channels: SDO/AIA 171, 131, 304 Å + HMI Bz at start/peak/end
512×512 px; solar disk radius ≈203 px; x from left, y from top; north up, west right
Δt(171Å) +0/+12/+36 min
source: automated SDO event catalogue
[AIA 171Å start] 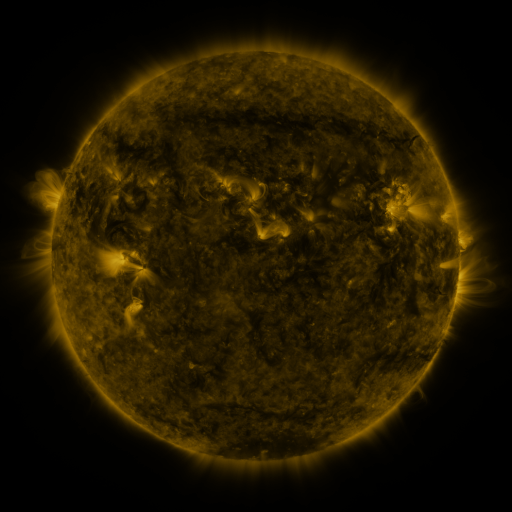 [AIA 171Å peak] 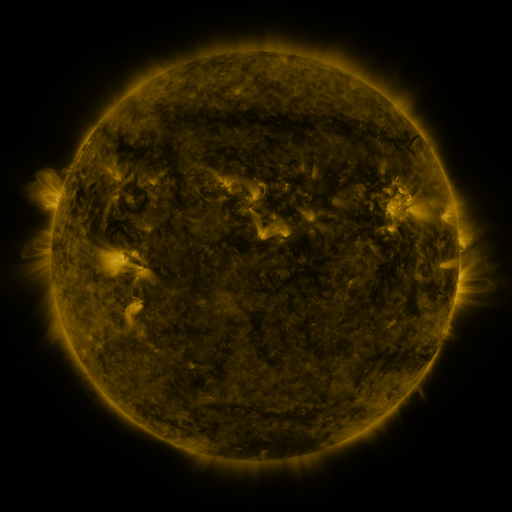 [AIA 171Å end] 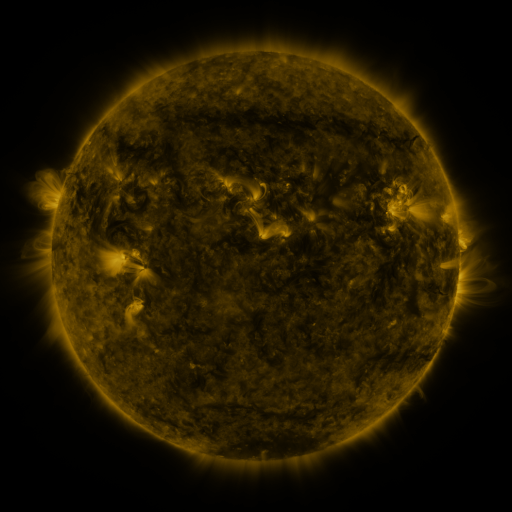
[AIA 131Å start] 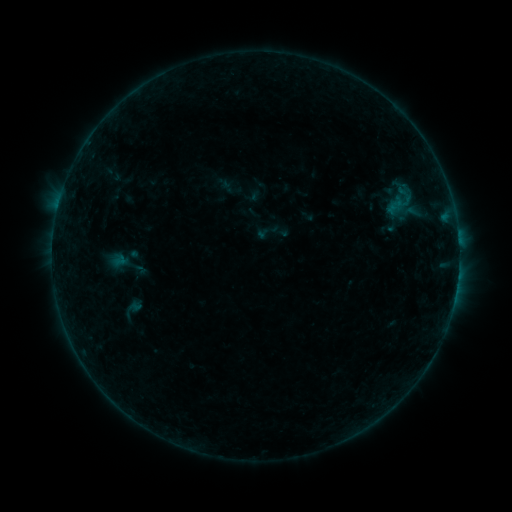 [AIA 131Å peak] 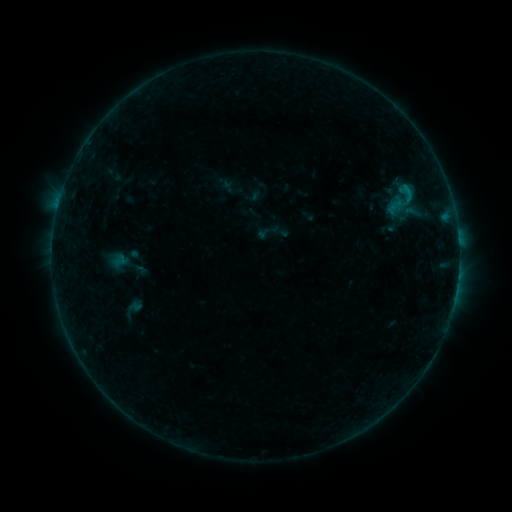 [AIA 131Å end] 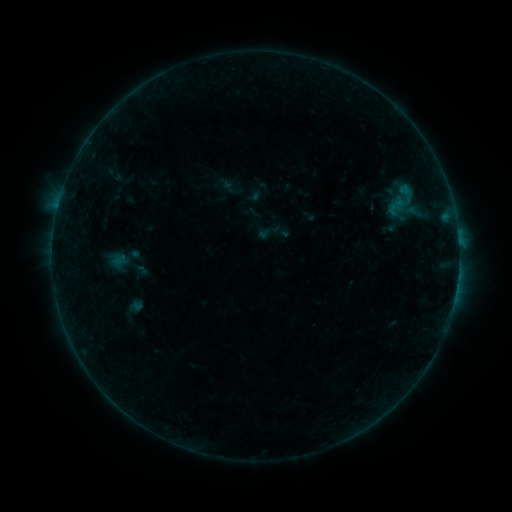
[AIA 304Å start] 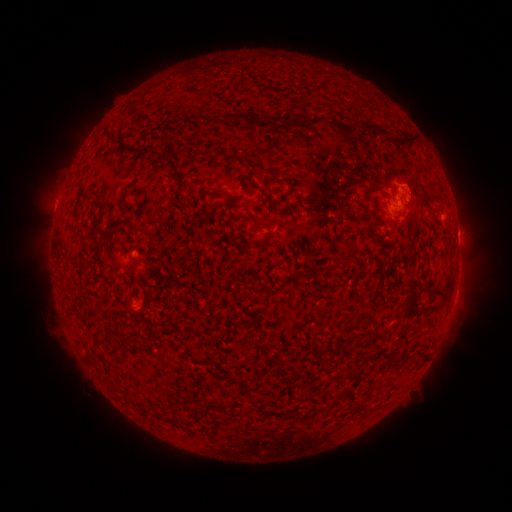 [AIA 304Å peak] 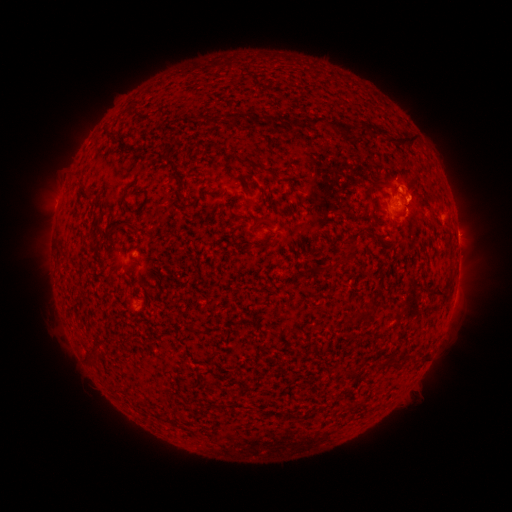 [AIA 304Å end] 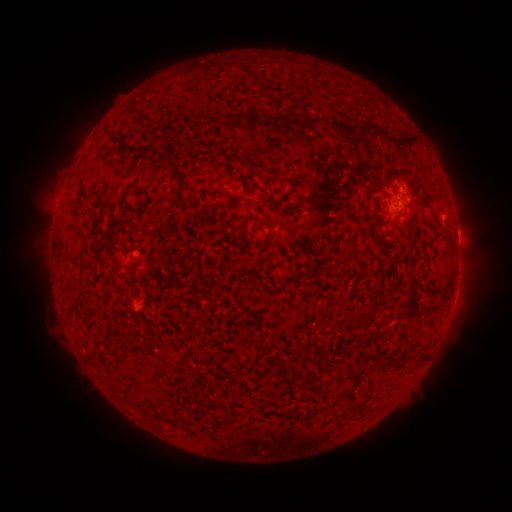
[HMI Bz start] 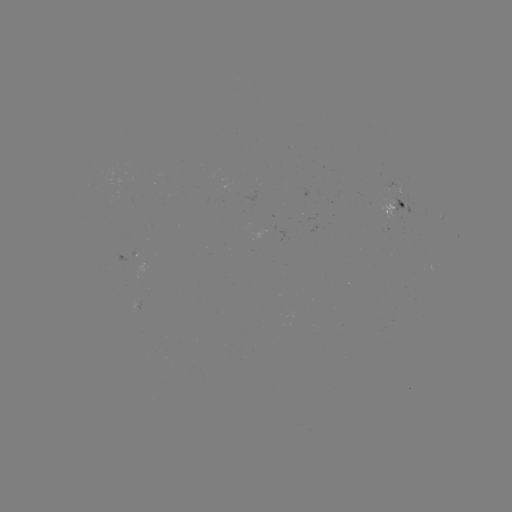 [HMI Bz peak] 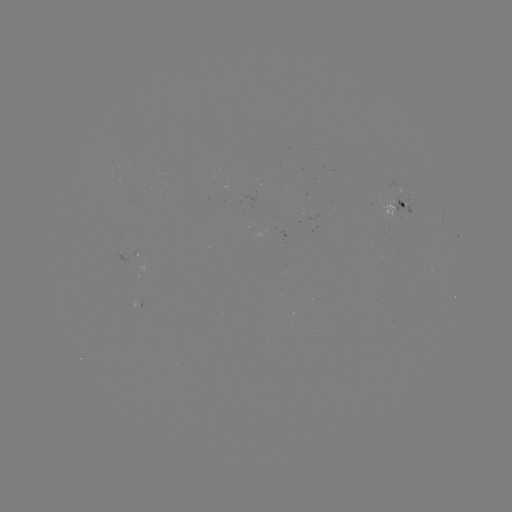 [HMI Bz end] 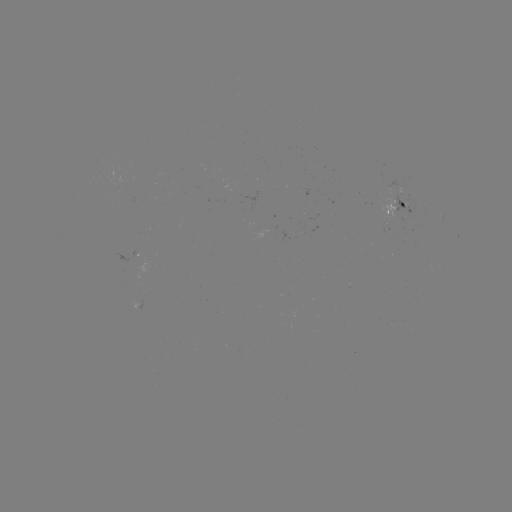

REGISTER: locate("B4.6 flare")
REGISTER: (404, 190)